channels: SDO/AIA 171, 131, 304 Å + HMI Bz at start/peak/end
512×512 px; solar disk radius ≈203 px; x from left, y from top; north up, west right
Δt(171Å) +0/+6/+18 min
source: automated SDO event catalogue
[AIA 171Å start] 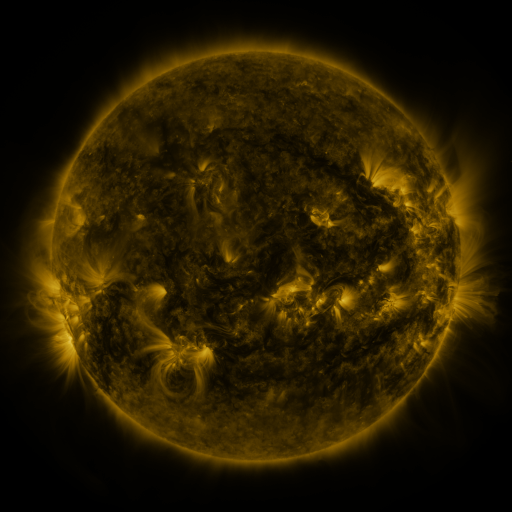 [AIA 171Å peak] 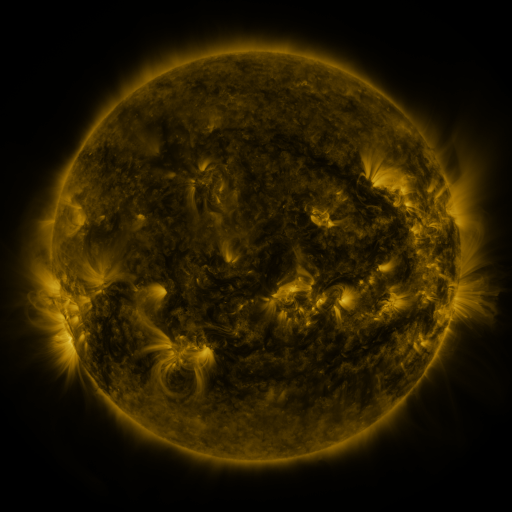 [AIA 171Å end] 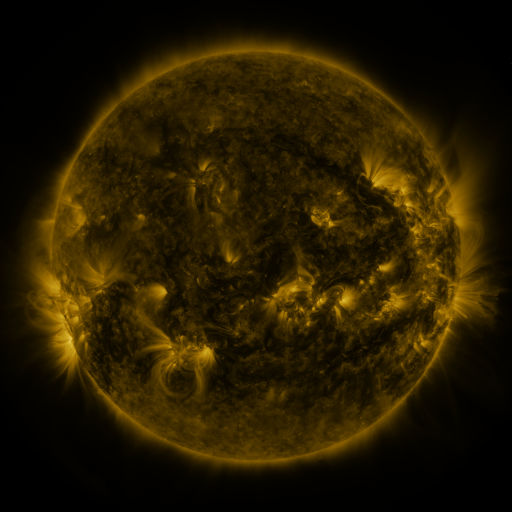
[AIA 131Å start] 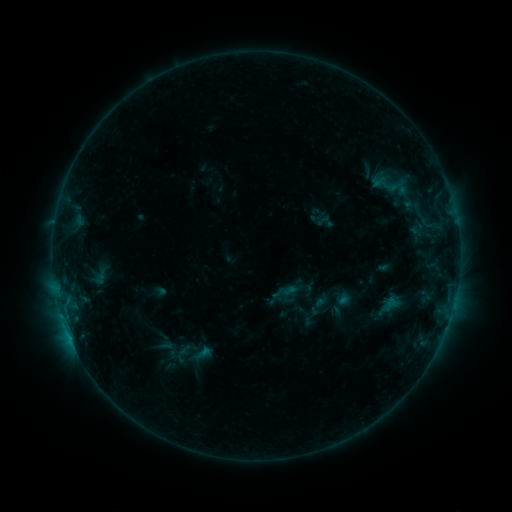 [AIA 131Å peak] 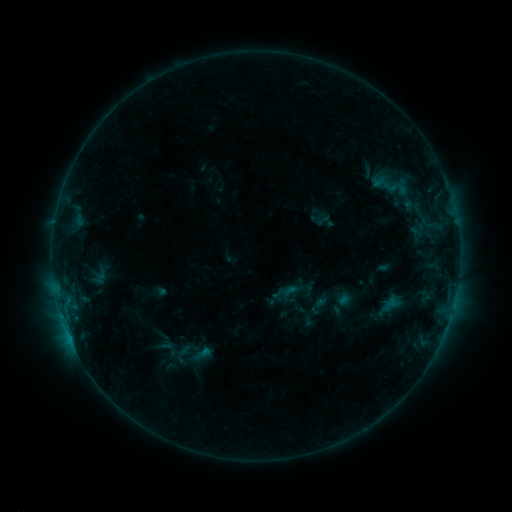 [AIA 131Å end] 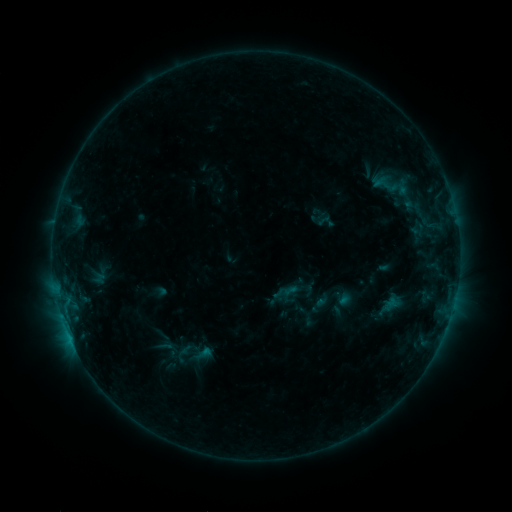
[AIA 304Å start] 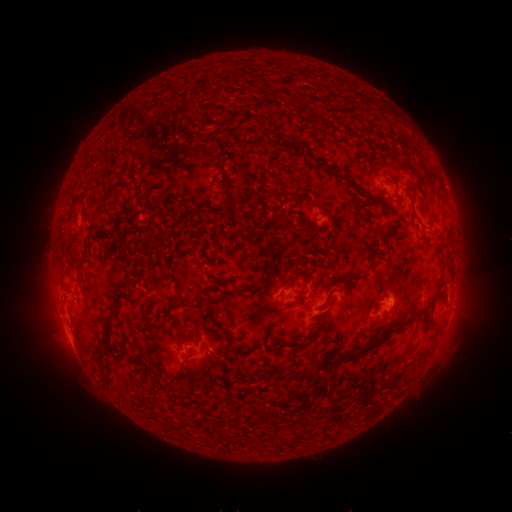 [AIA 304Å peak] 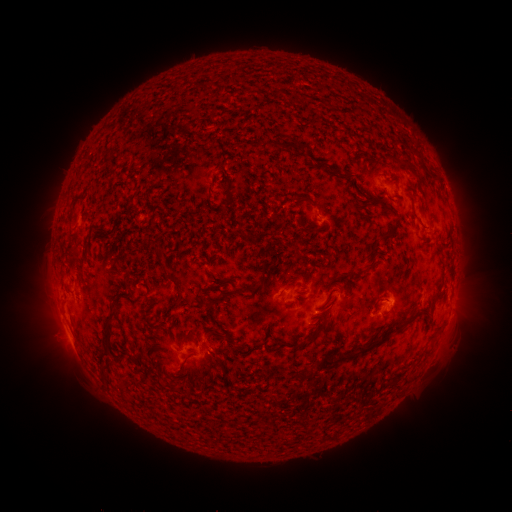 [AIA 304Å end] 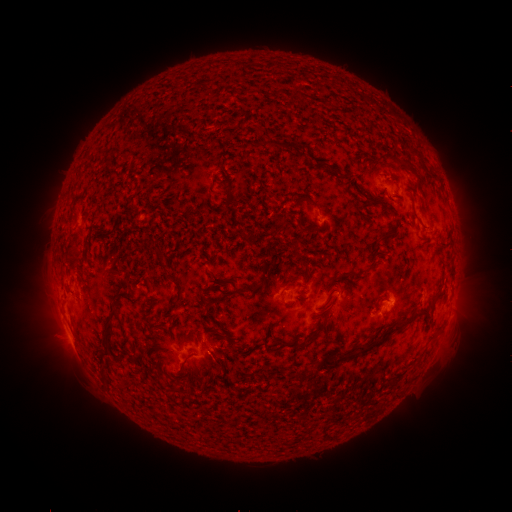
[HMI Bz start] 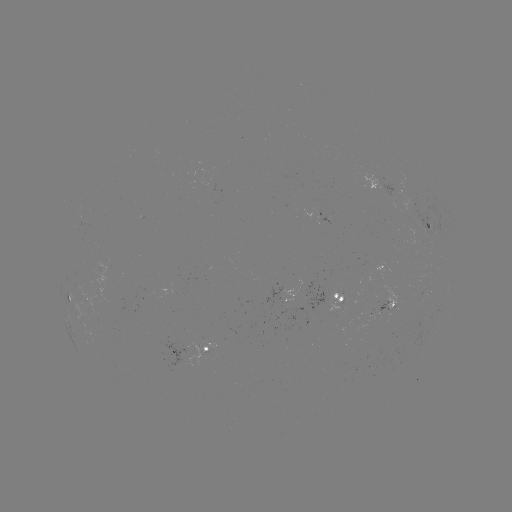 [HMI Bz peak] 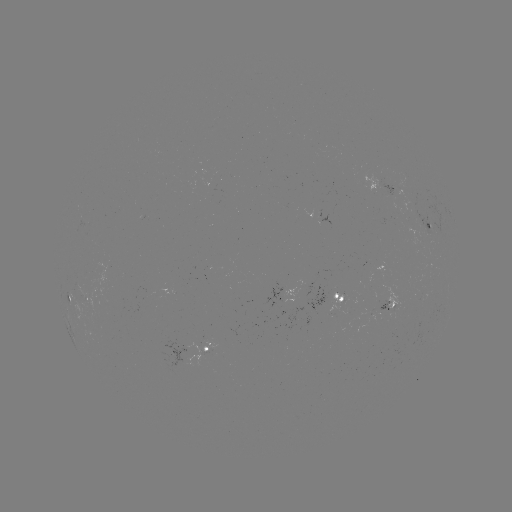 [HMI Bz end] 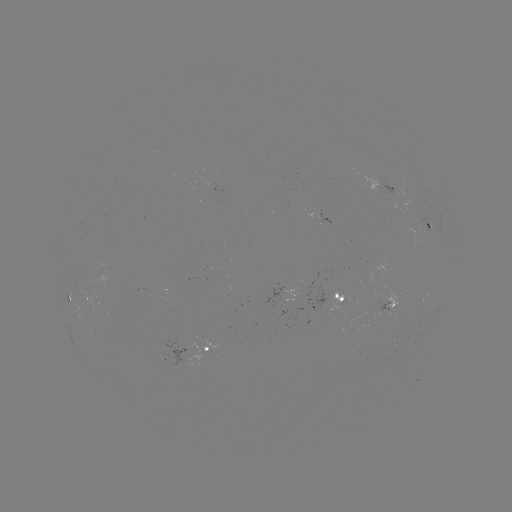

no catalogued flare and no flagged EUV brightening in this window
